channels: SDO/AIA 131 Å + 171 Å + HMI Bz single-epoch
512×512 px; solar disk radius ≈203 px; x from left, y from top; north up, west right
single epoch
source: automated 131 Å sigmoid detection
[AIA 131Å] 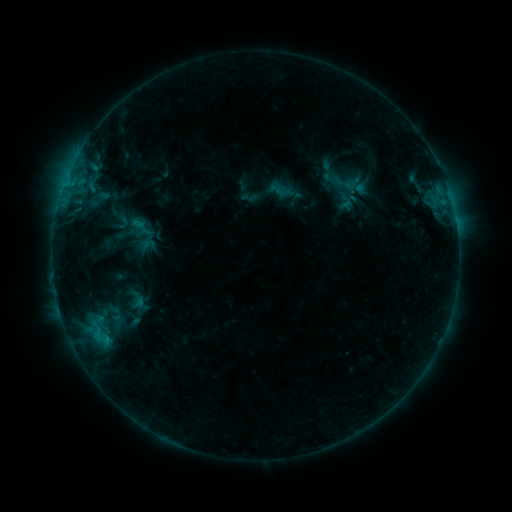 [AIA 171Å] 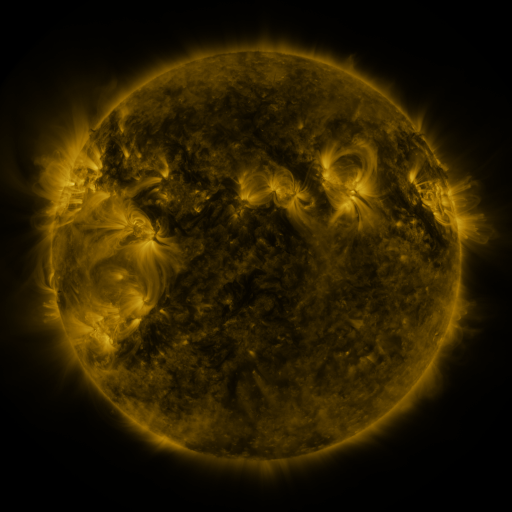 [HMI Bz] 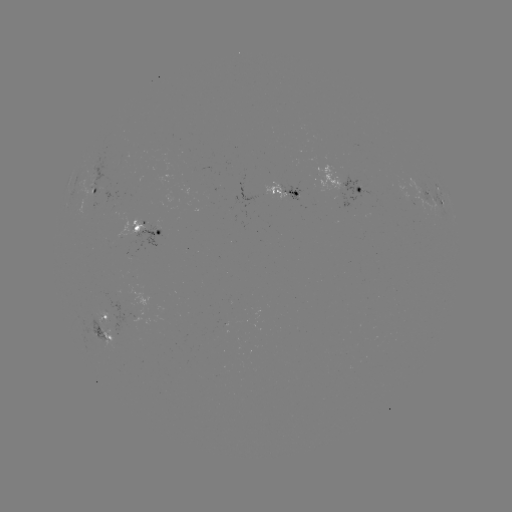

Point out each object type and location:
sigmoid: (352, 184)
